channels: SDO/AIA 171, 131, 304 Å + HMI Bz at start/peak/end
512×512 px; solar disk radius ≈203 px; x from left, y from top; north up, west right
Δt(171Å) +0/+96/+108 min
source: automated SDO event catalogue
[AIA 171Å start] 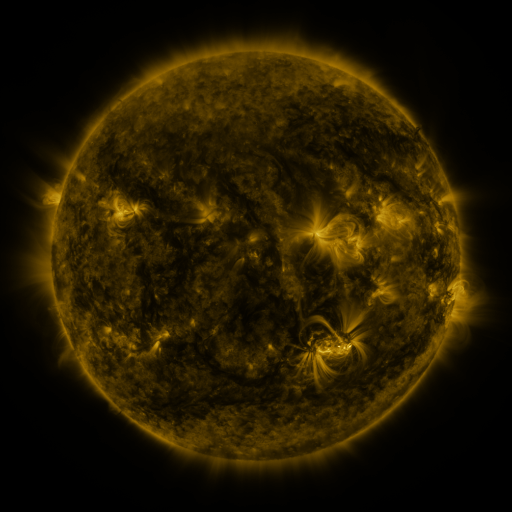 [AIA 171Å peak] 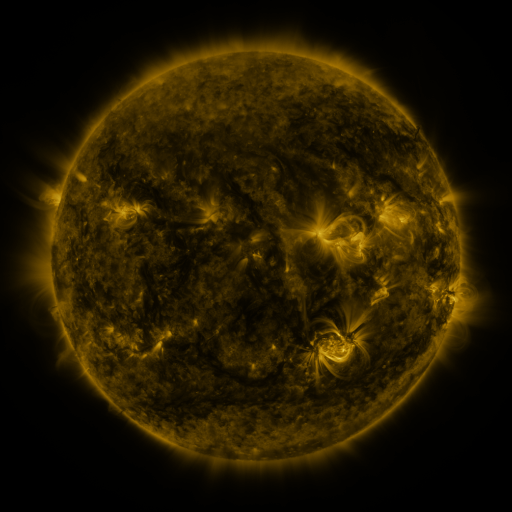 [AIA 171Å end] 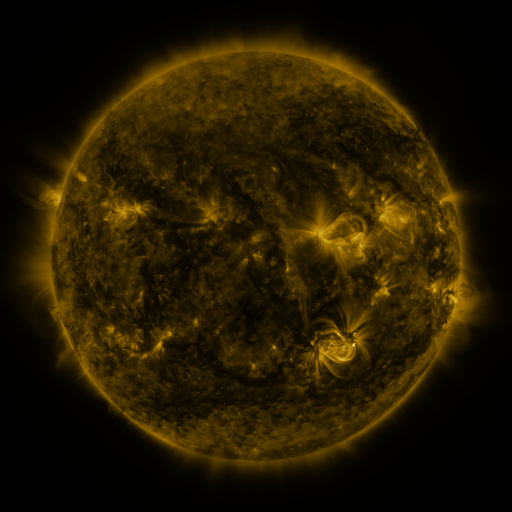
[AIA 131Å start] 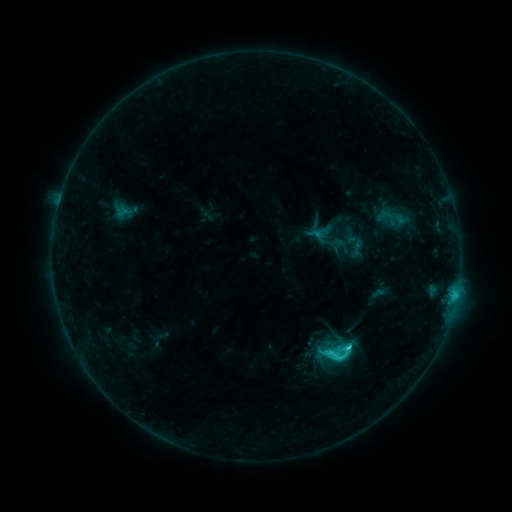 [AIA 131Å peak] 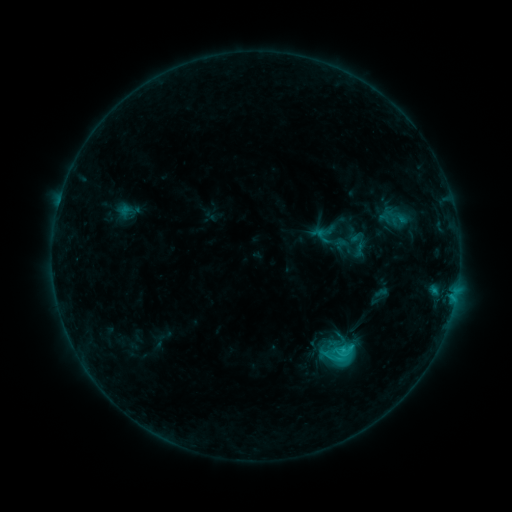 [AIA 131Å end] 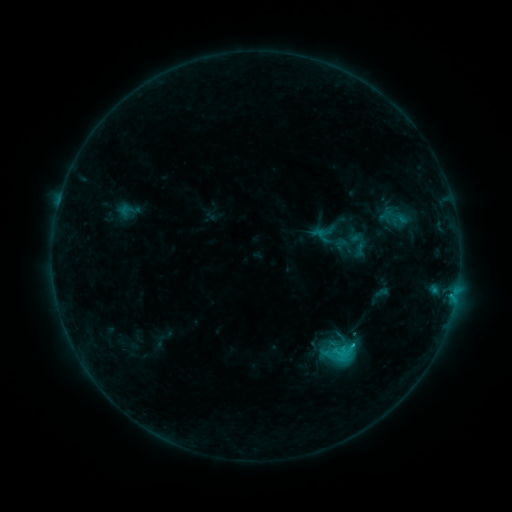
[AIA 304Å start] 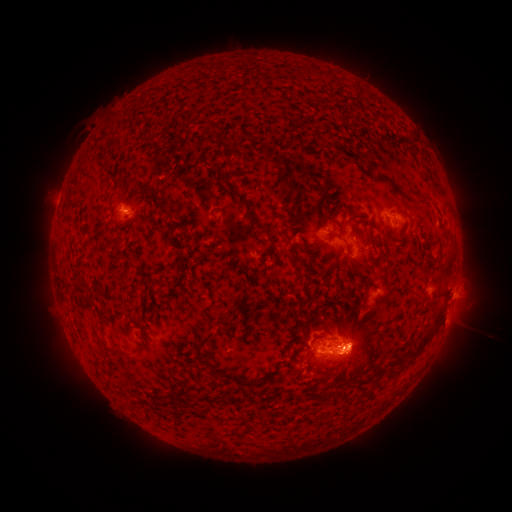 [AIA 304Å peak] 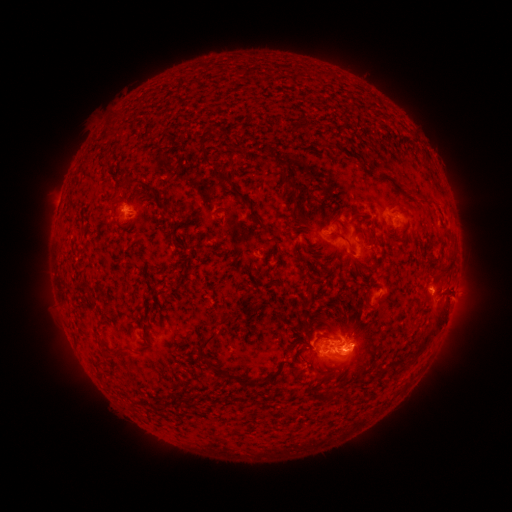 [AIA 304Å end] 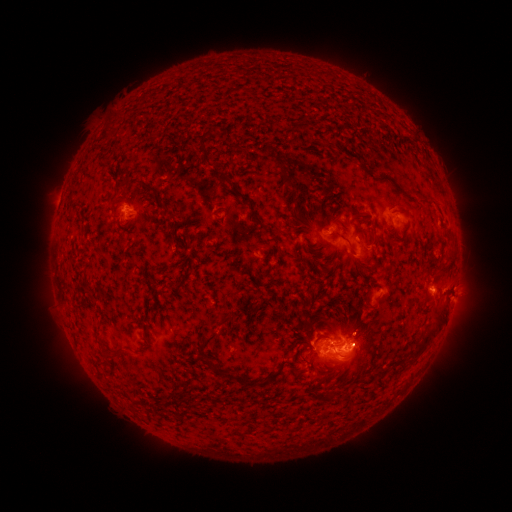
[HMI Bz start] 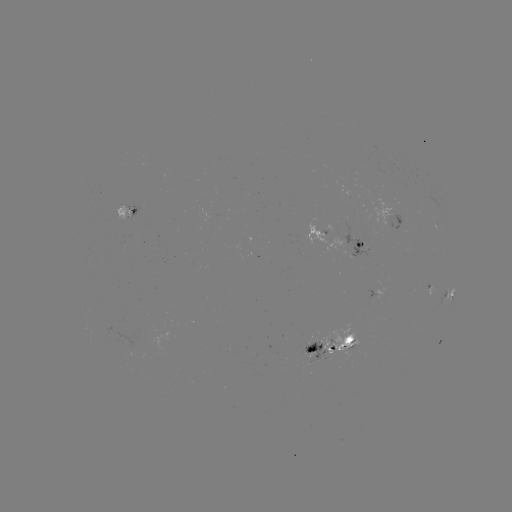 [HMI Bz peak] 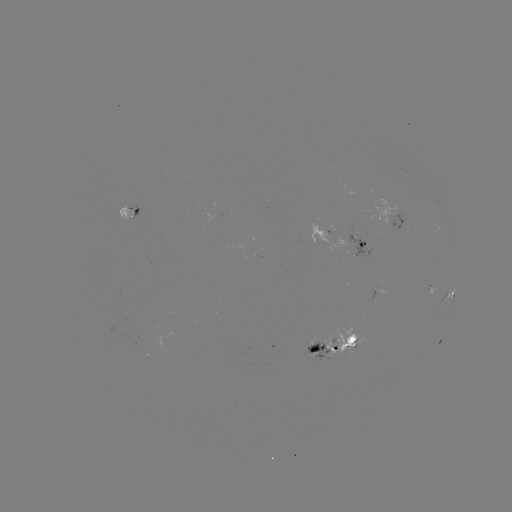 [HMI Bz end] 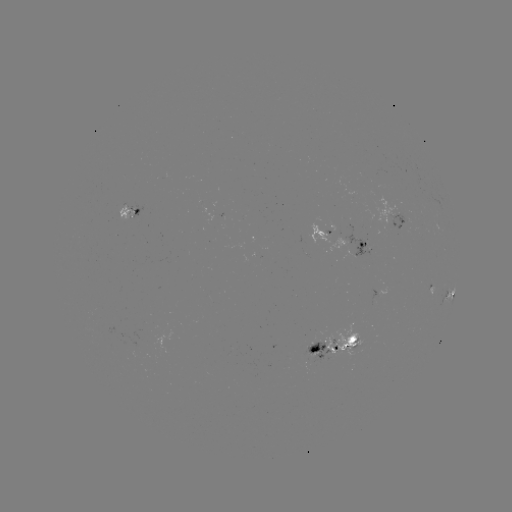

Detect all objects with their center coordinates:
emerging-flux region: (314, 346)
